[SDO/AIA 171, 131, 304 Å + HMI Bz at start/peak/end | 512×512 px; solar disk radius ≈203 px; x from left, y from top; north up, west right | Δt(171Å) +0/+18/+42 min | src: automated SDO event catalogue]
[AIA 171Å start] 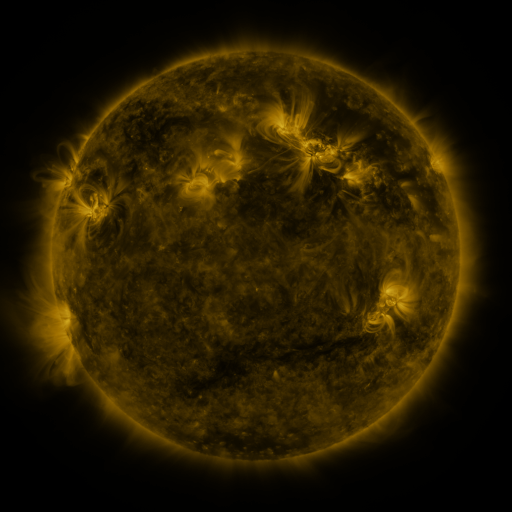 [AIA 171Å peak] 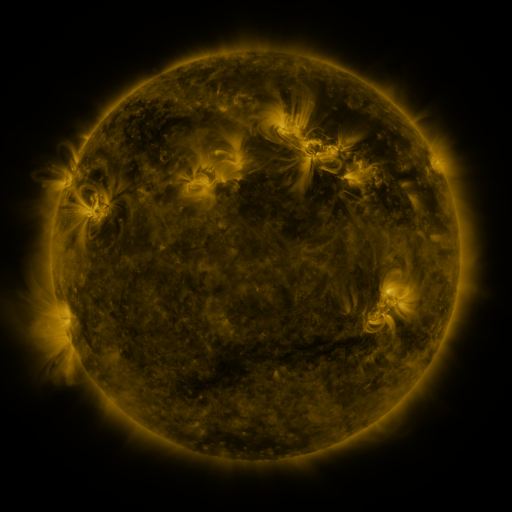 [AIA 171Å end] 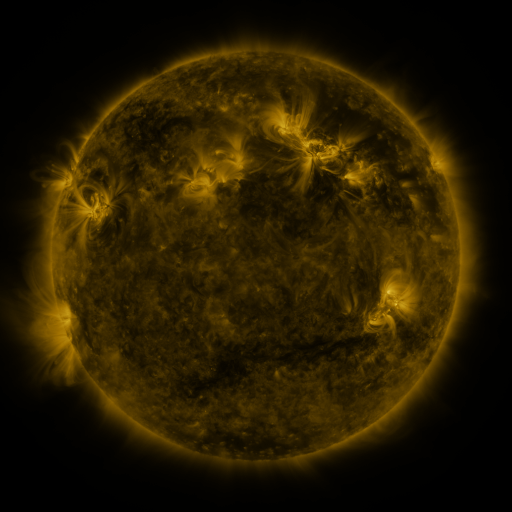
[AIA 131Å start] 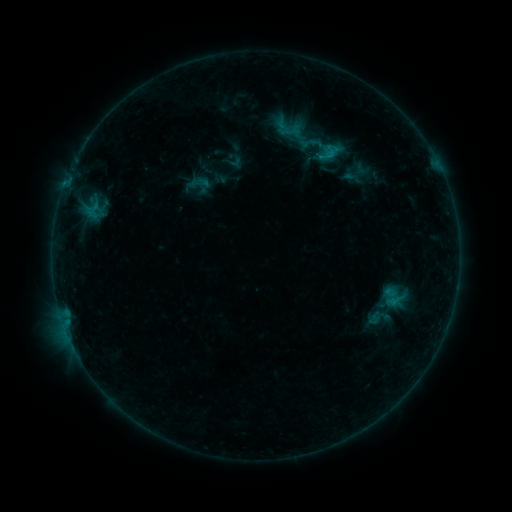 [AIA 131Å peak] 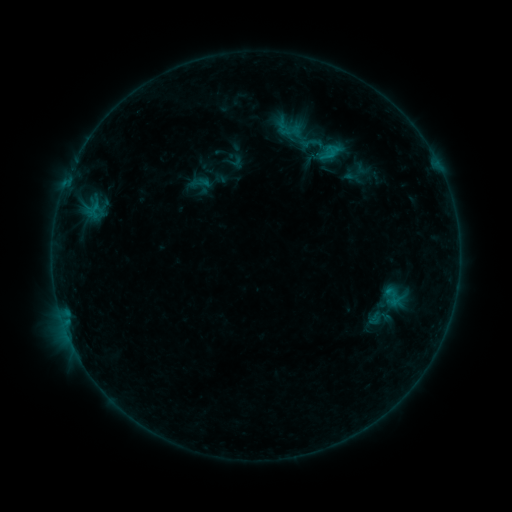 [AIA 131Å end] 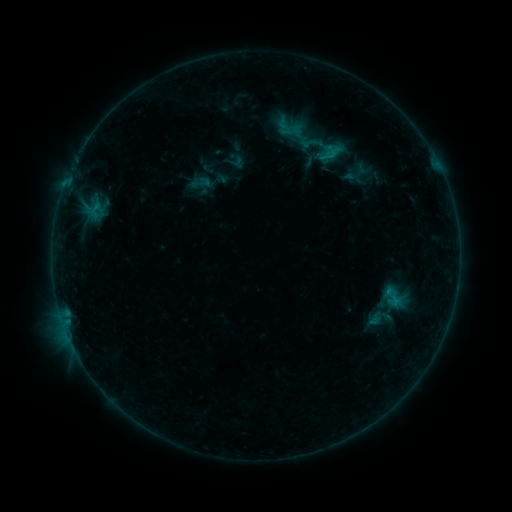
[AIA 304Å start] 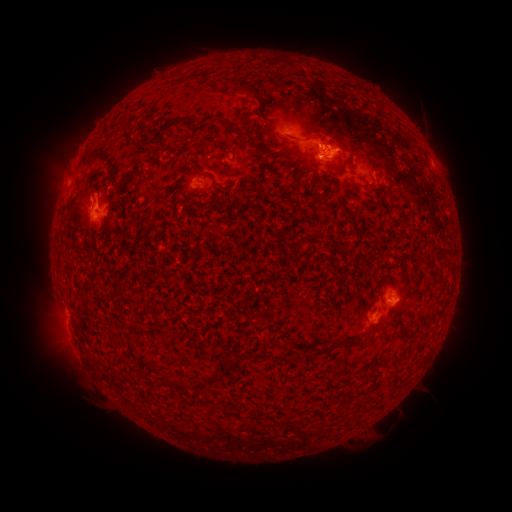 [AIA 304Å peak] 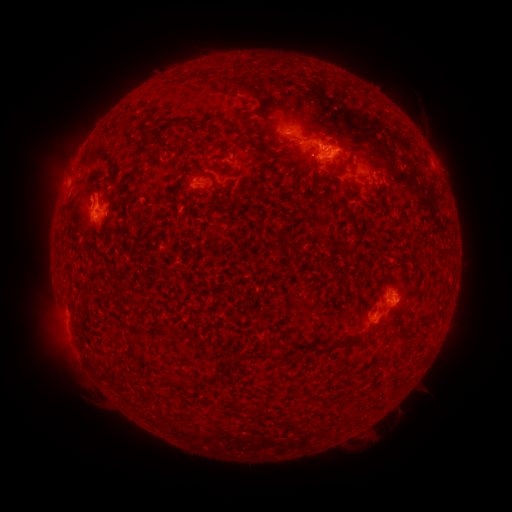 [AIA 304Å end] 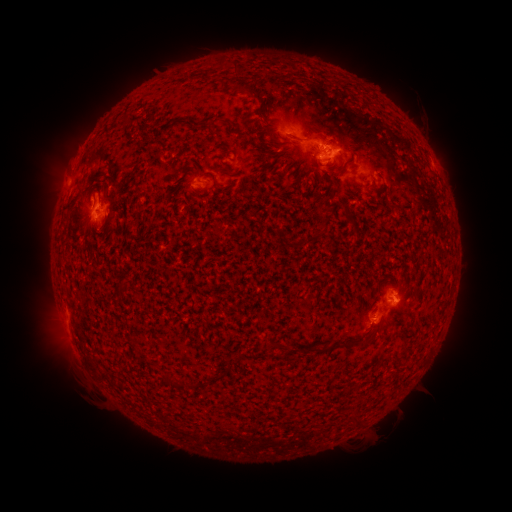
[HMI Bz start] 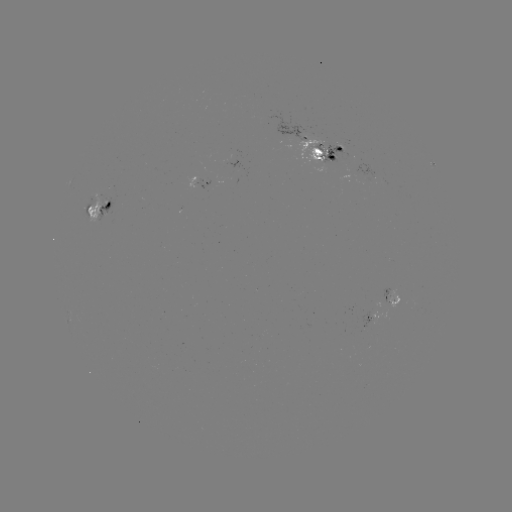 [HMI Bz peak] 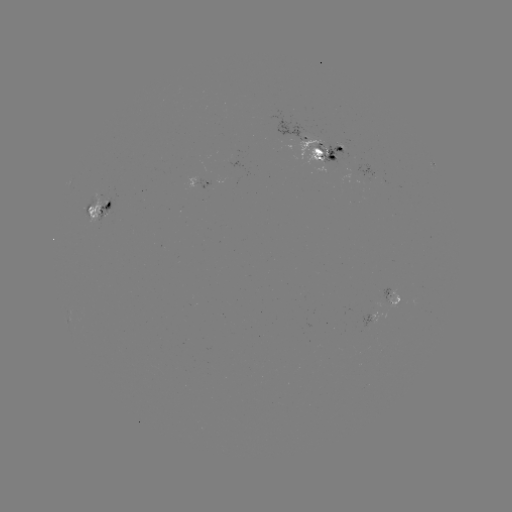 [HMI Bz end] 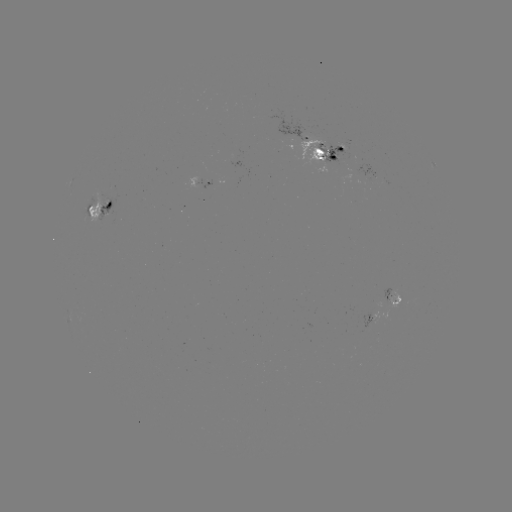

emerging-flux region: <bbox>362, 313, 374, 328</bbox>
